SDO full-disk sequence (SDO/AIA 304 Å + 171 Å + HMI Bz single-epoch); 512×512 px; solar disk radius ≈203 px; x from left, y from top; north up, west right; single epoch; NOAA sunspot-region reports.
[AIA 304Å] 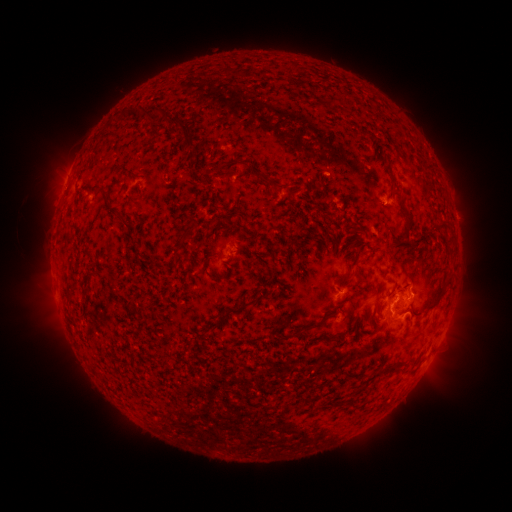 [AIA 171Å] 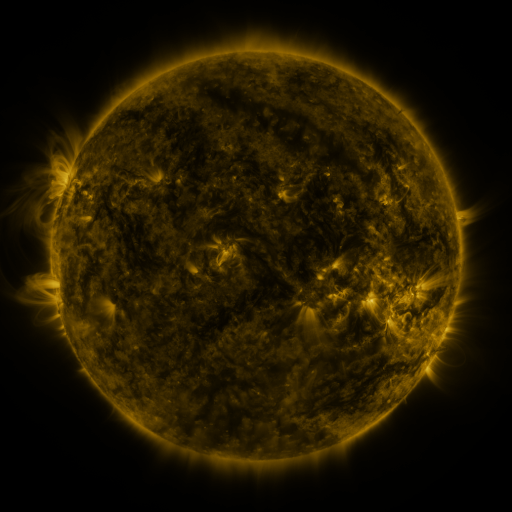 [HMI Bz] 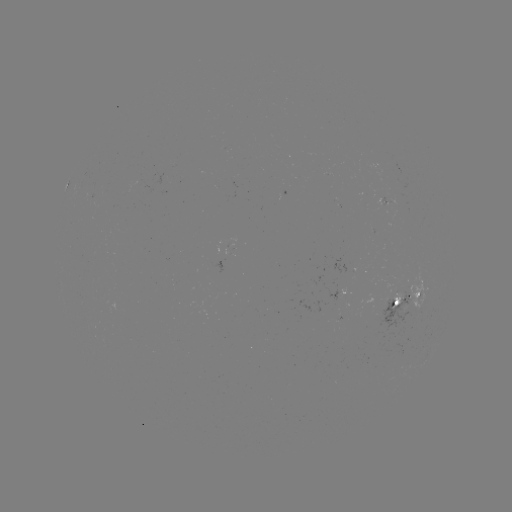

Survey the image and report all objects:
spotted active region: (238, 244)
spotted active region: (345, 290)
spotted active region: (409, 300)
